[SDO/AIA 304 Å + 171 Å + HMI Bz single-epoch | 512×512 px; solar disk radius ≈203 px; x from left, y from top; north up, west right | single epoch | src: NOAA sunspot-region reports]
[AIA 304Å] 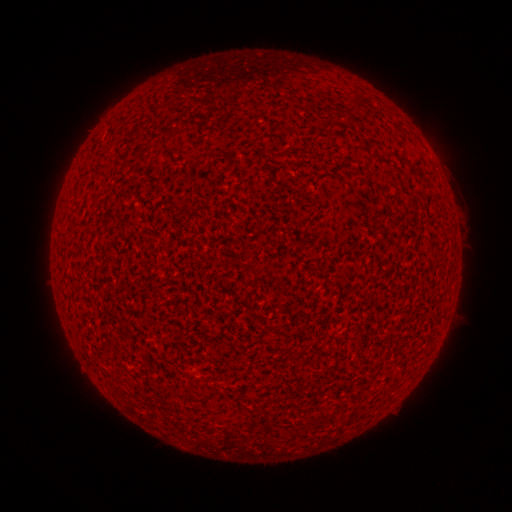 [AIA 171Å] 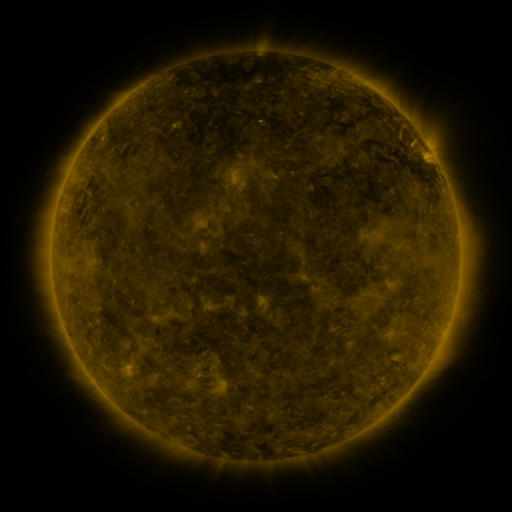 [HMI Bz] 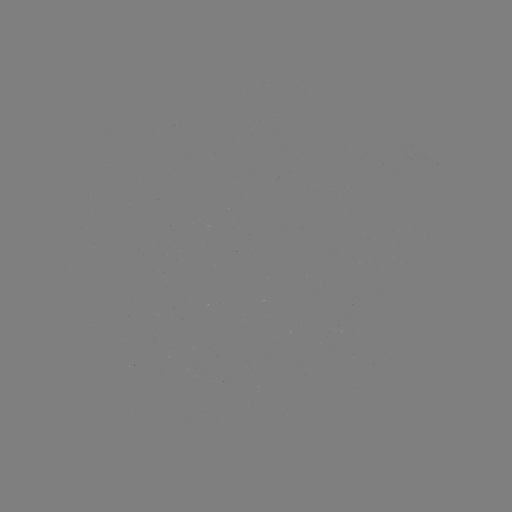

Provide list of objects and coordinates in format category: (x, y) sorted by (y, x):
(none)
